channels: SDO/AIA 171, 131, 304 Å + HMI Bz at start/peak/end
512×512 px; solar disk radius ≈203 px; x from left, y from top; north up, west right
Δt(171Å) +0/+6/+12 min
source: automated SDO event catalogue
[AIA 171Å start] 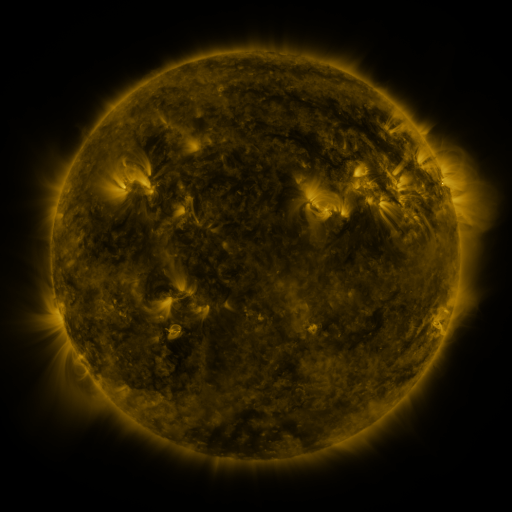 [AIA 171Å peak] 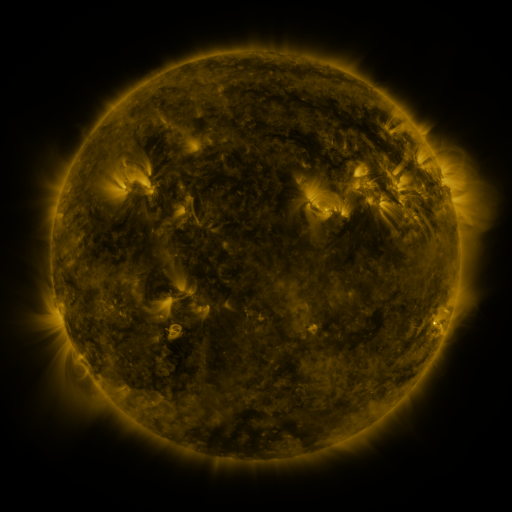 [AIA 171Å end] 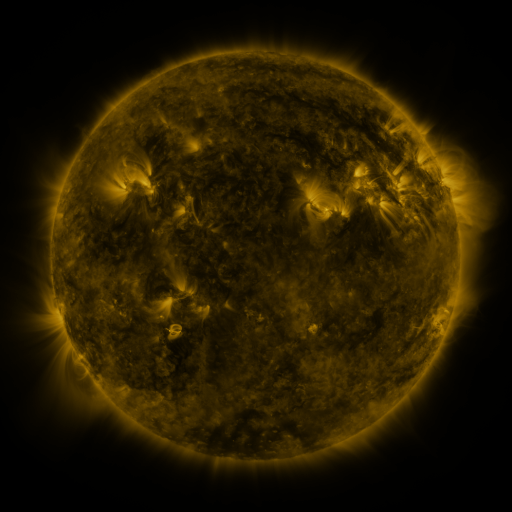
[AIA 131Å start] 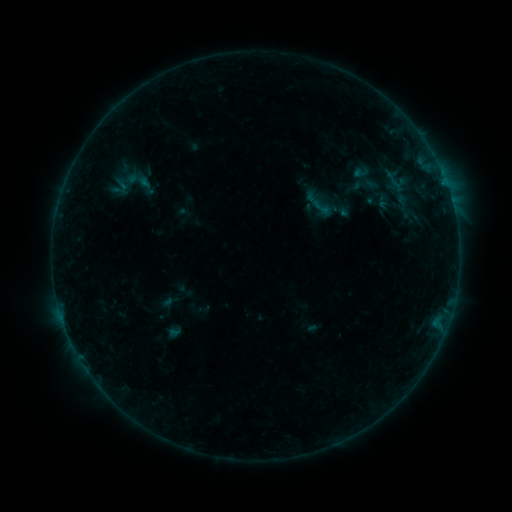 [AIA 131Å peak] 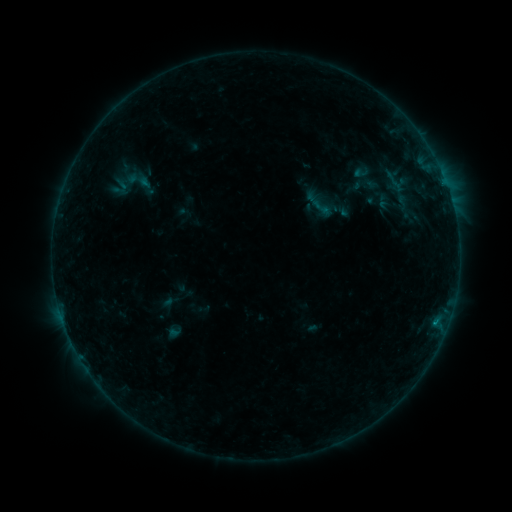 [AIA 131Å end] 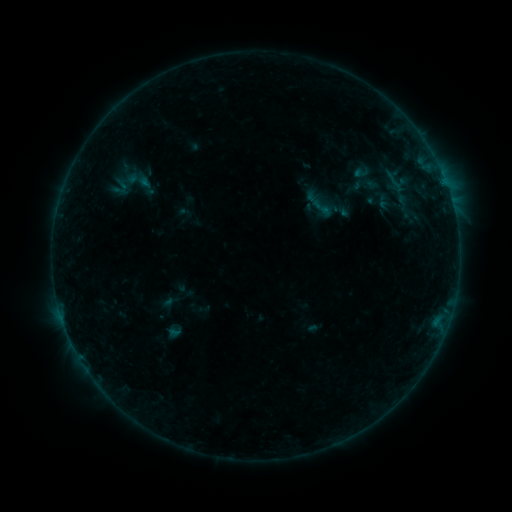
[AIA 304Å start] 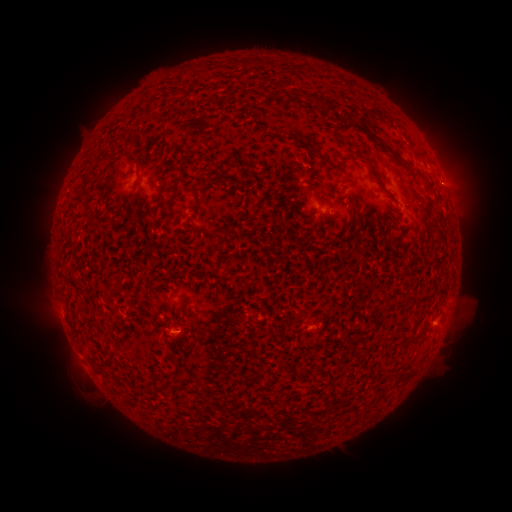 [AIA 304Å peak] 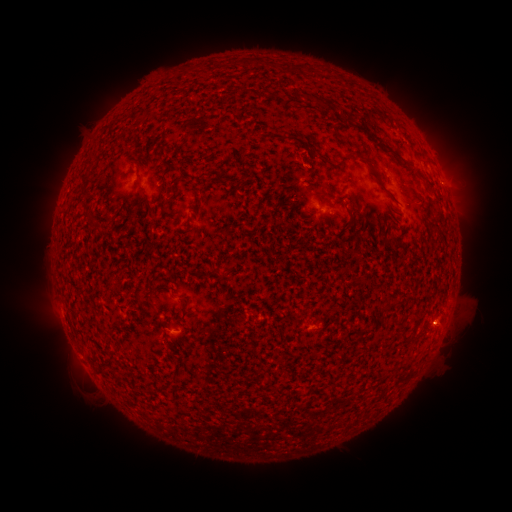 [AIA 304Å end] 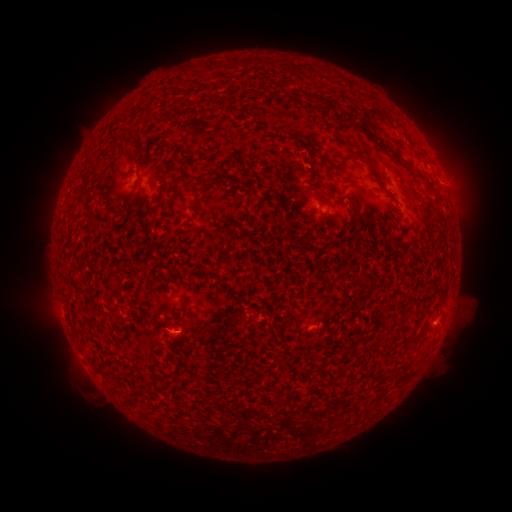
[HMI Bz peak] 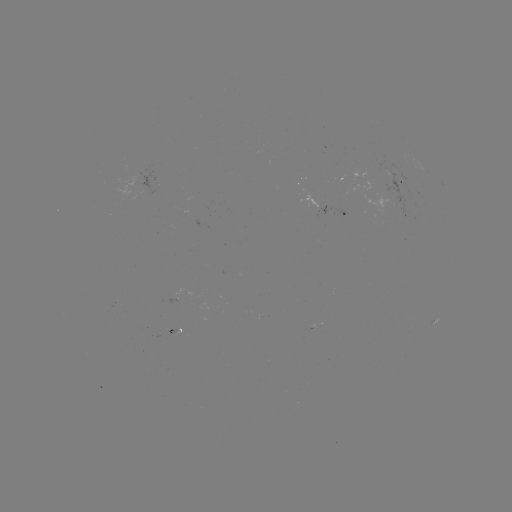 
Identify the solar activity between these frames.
B2.1 flare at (434, 322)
